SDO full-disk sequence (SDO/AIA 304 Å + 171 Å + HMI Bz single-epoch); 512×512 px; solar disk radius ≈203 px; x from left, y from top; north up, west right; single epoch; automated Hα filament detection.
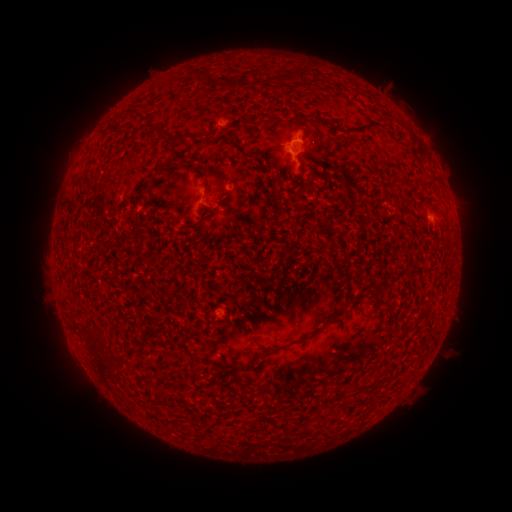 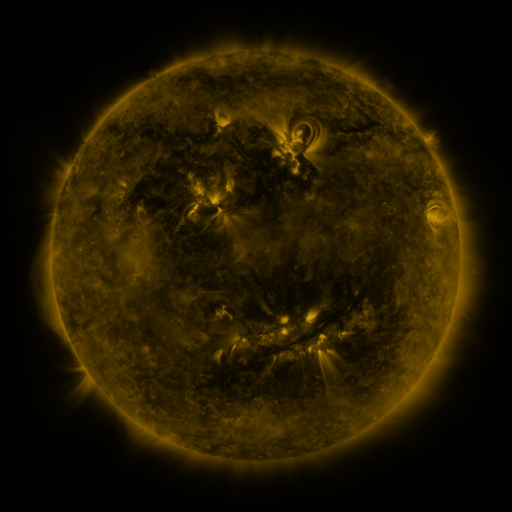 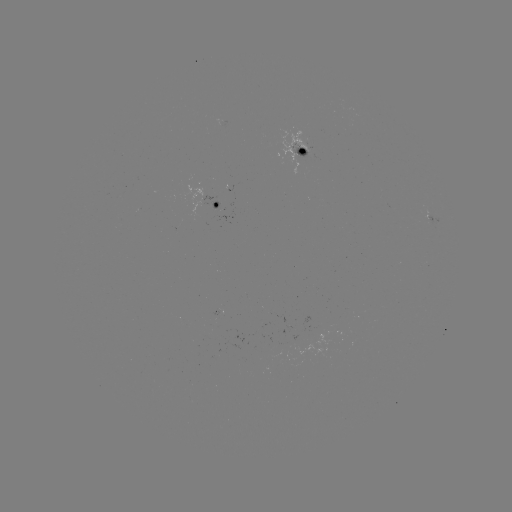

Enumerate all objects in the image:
filament: (305, 74)
filament: (165, 133)
filament: (199, 160)
filament: (158, 169)
filament: (313, 173)
filament: (433, 184)
filament: (258, 355)
